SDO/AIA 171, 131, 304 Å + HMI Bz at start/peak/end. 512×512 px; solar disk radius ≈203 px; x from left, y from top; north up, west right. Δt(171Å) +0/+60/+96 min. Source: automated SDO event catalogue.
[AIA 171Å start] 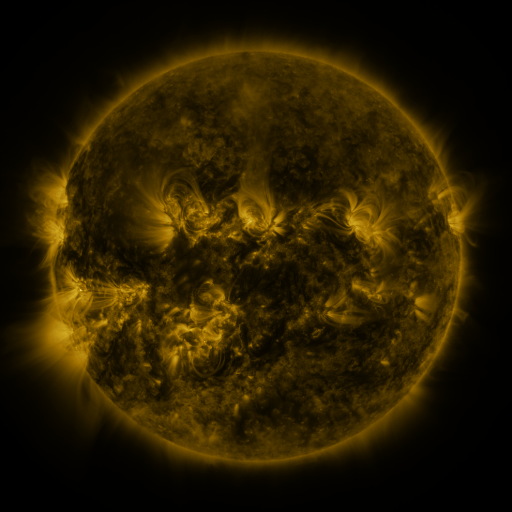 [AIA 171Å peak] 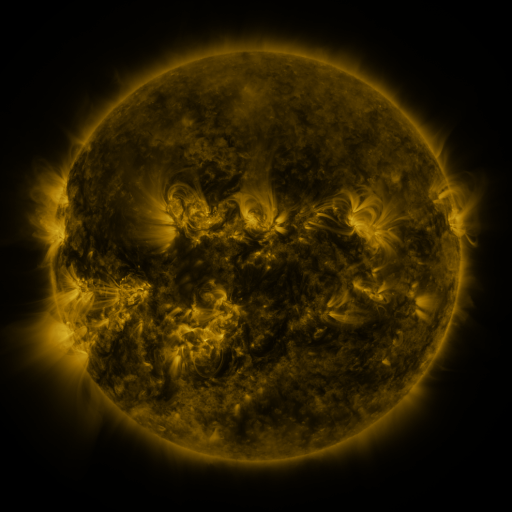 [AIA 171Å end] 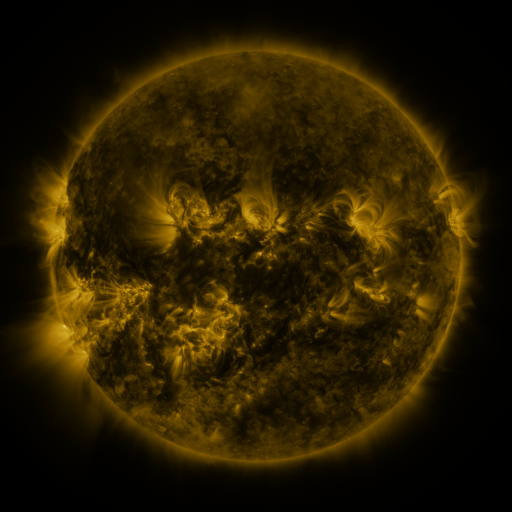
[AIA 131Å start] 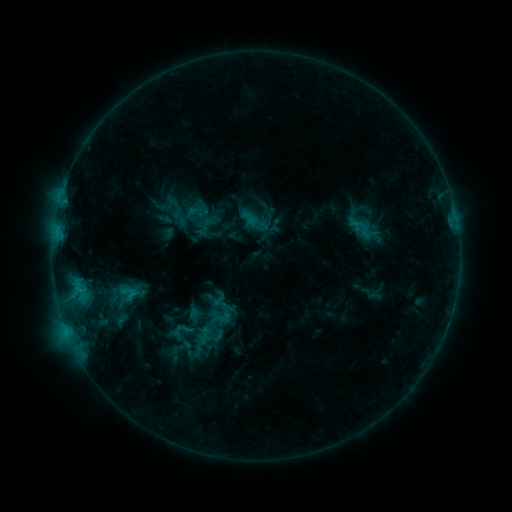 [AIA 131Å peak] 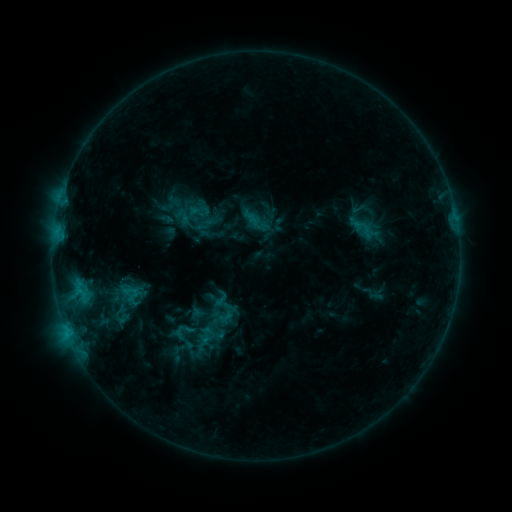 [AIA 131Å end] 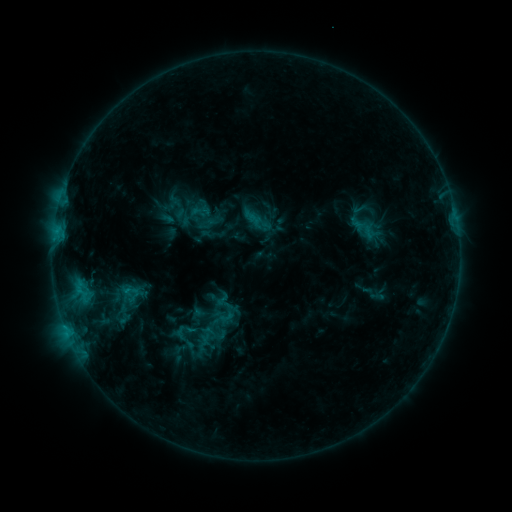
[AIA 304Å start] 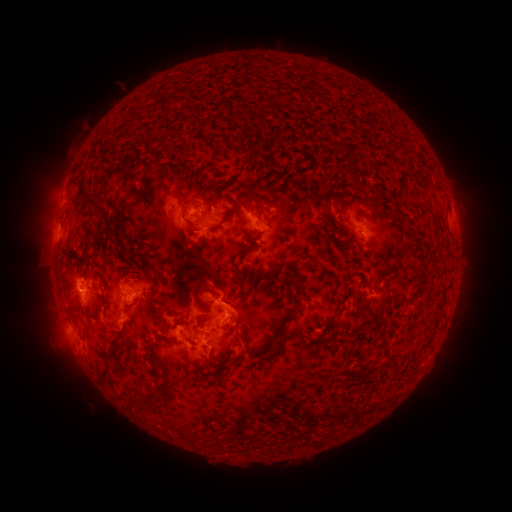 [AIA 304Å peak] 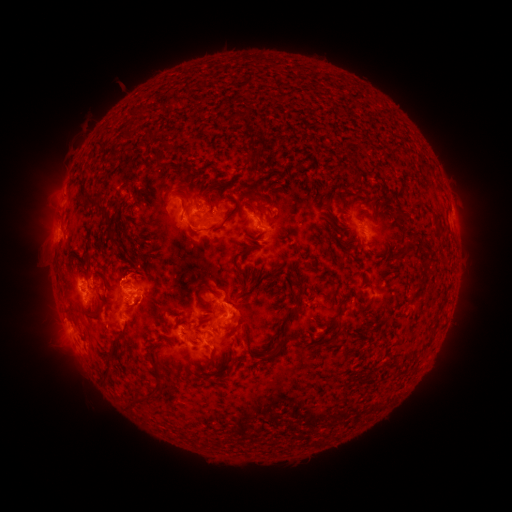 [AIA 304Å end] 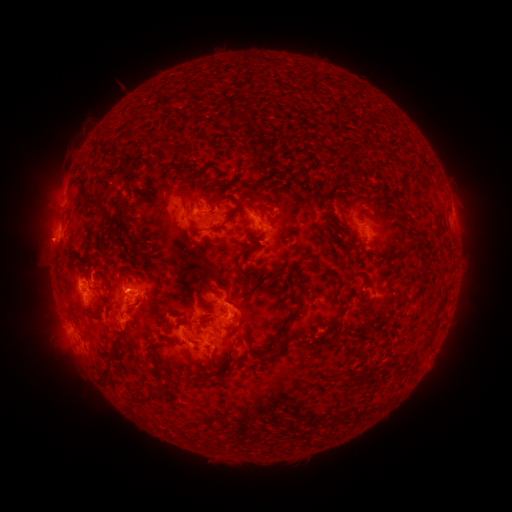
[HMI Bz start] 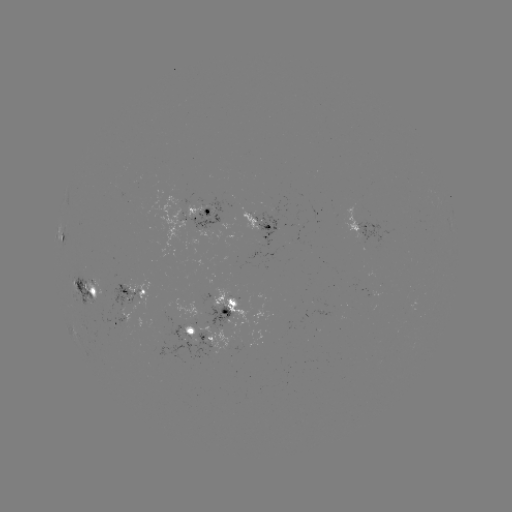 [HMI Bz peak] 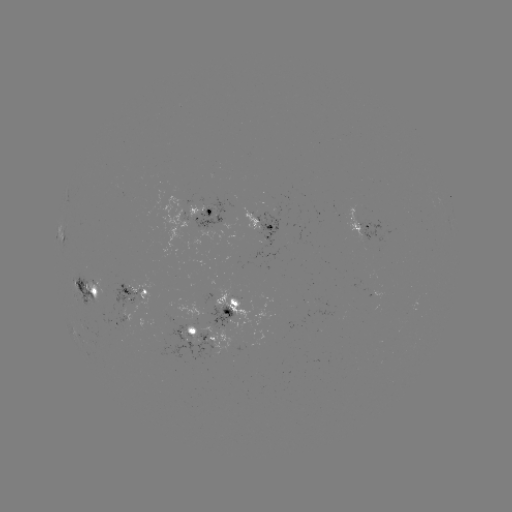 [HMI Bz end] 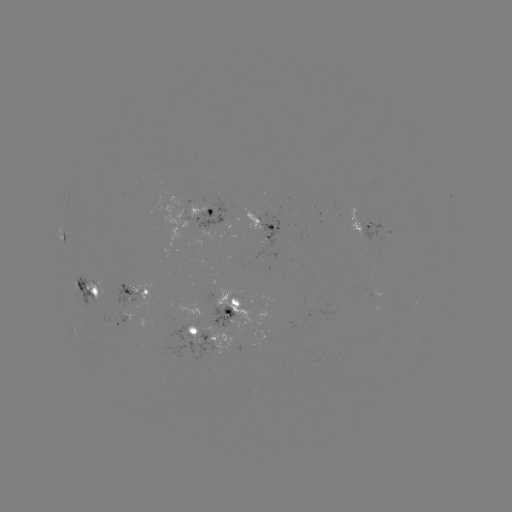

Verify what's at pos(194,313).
emerging-flux region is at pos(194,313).